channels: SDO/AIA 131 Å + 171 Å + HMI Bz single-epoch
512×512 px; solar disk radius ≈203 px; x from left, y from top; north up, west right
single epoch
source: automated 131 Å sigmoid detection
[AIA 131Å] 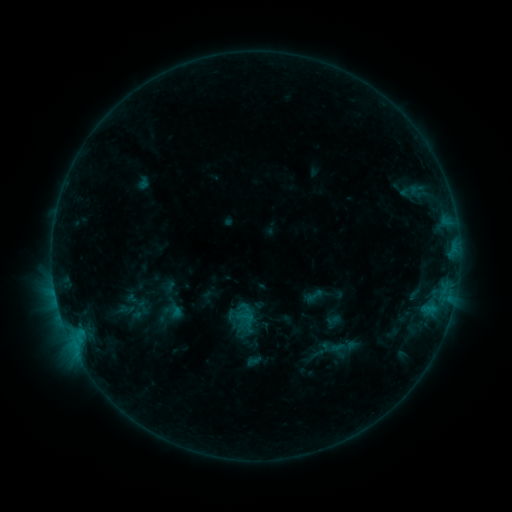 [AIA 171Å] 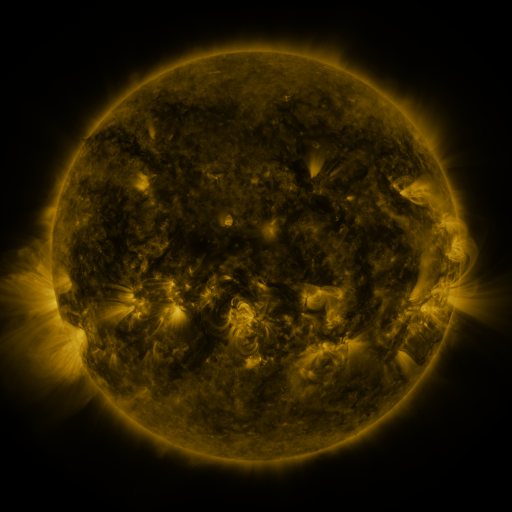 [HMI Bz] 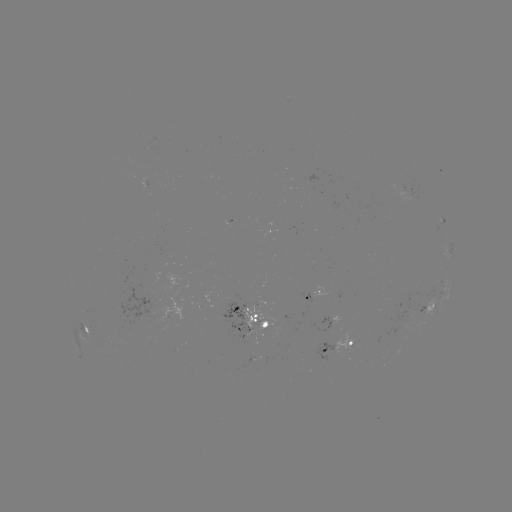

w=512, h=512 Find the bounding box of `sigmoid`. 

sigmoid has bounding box [305, 287, 323, 305].